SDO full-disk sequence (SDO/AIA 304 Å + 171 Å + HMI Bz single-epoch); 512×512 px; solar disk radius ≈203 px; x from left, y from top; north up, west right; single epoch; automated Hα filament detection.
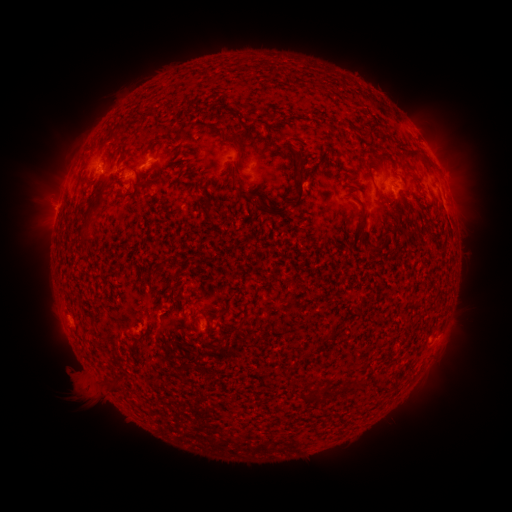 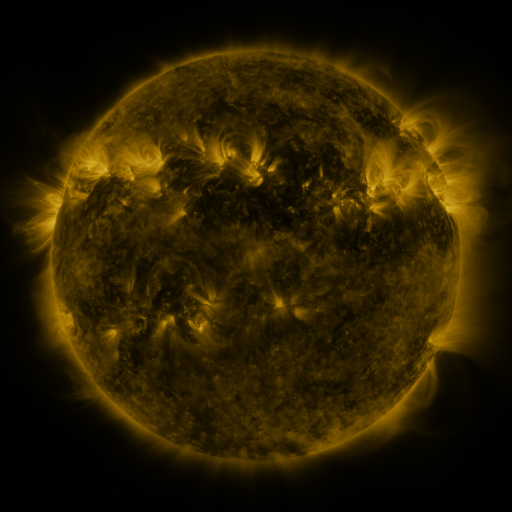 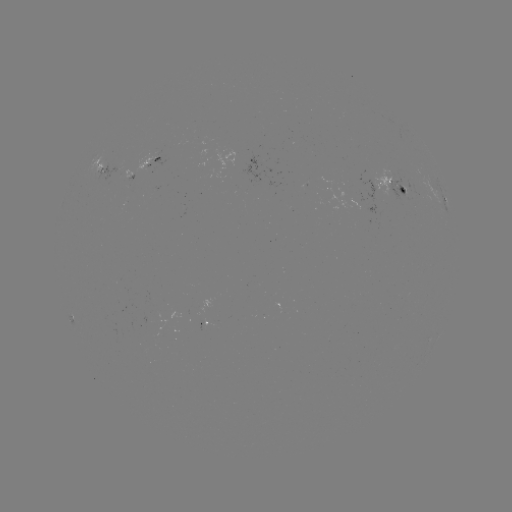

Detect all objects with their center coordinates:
filament: (372, 134)
filament: (122, 151)
filament: (411, 154)
filament: (300, 185)
filament: (352, 188)
filament: (241, 190)
filament: (100, 200)
filament: (271, 211)
filament: (362, 225)
filament: (221, 313)
filament: (324, 393)
